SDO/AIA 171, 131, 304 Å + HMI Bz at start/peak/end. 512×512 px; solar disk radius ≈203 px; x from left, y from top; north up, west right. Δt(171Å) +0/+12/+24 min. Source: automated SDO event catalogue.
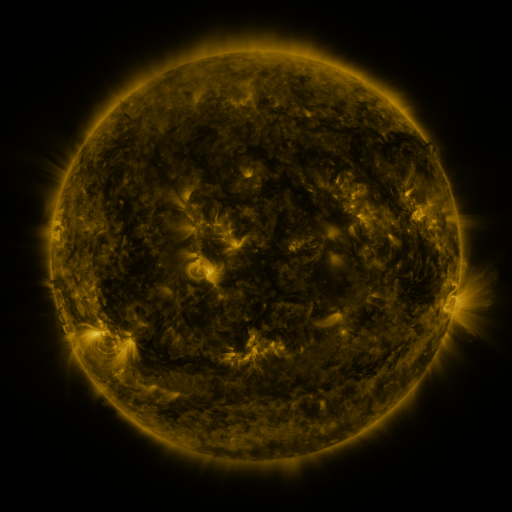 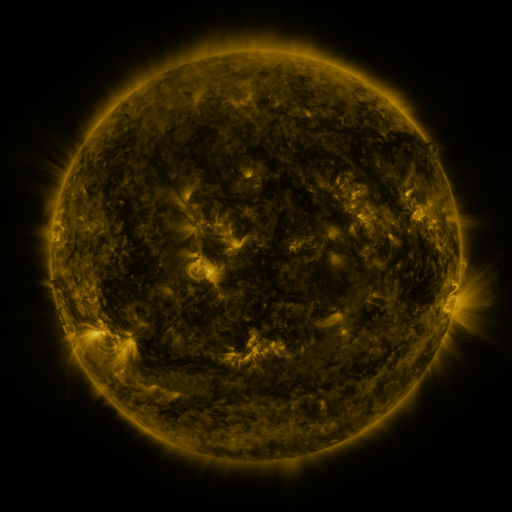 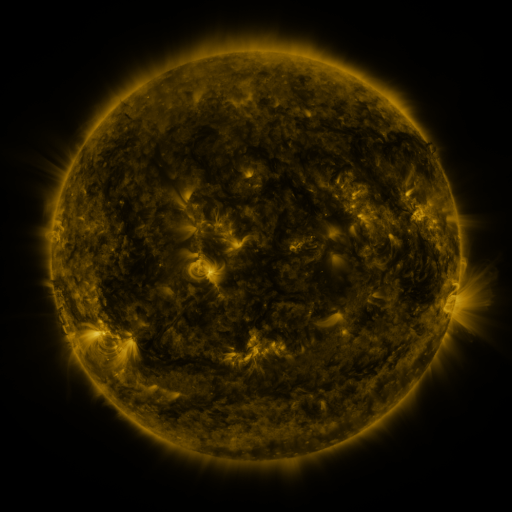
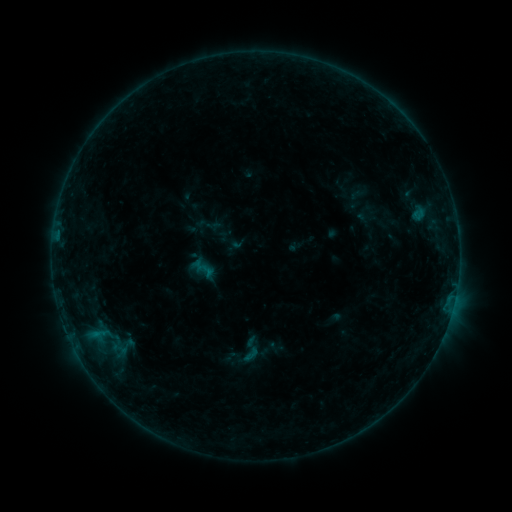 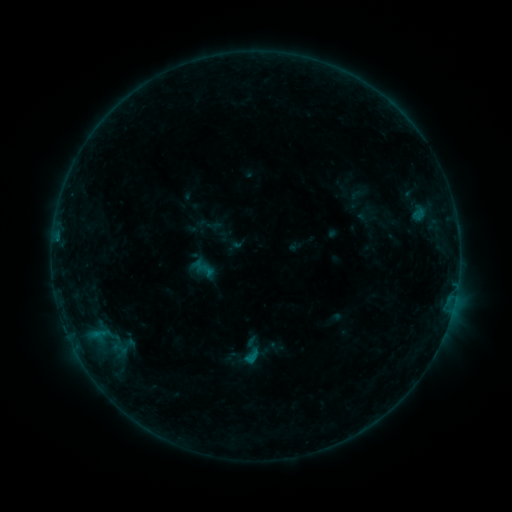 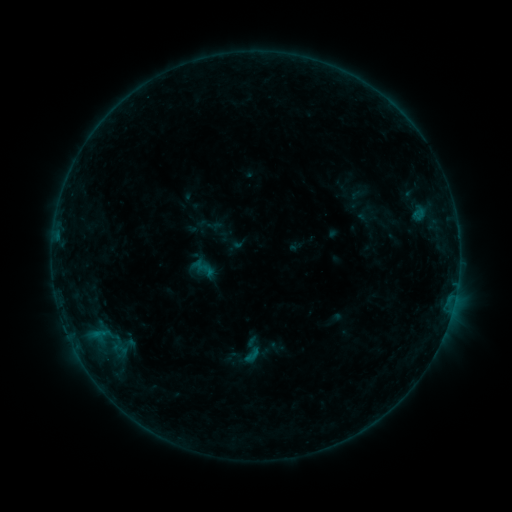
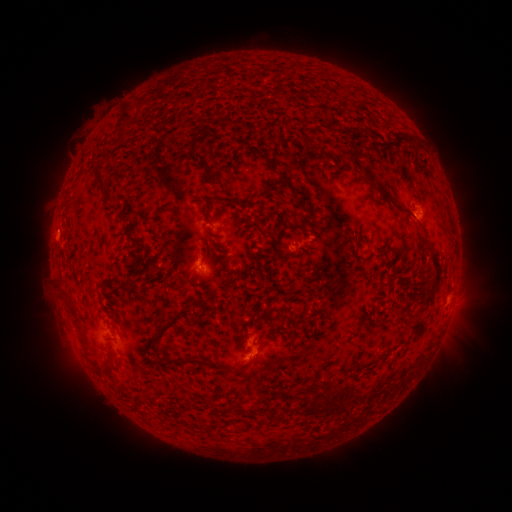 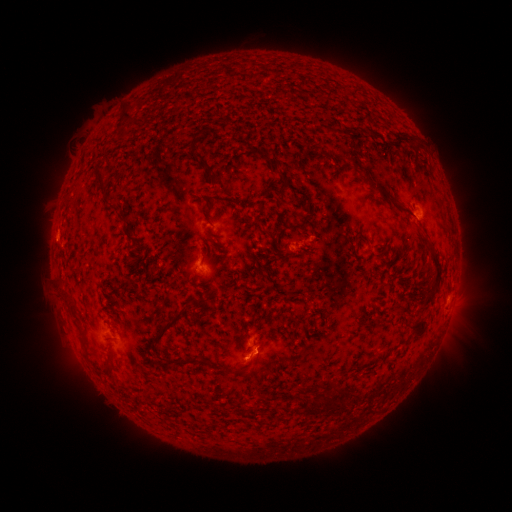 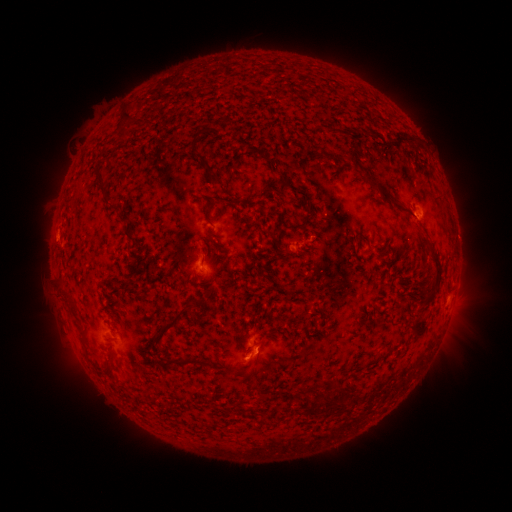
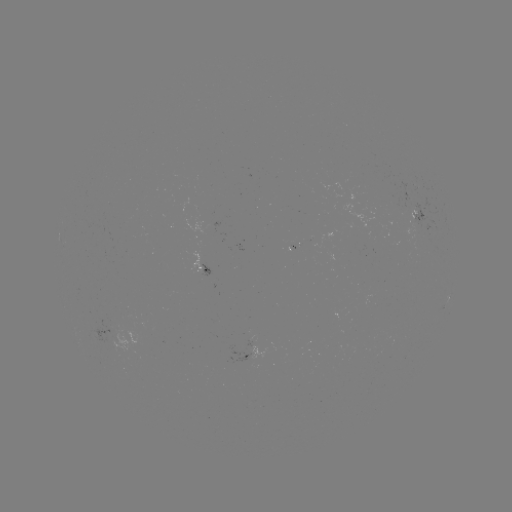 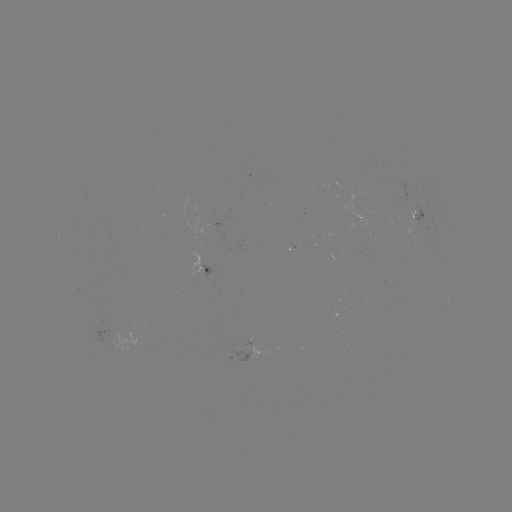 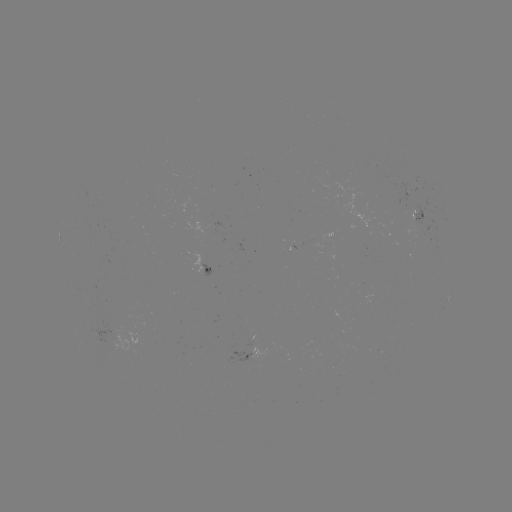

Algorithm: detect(B4.5 flare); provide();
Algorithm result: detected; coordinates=252,358